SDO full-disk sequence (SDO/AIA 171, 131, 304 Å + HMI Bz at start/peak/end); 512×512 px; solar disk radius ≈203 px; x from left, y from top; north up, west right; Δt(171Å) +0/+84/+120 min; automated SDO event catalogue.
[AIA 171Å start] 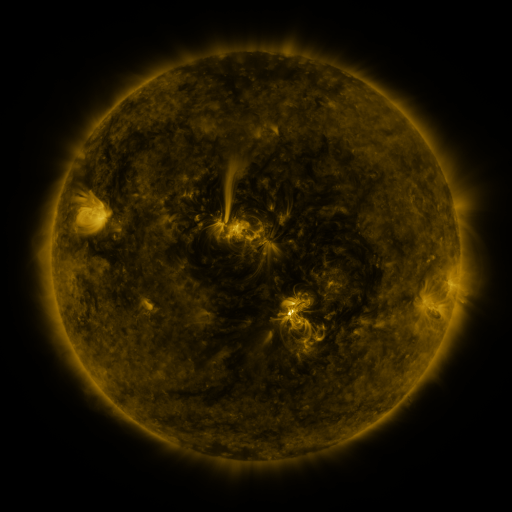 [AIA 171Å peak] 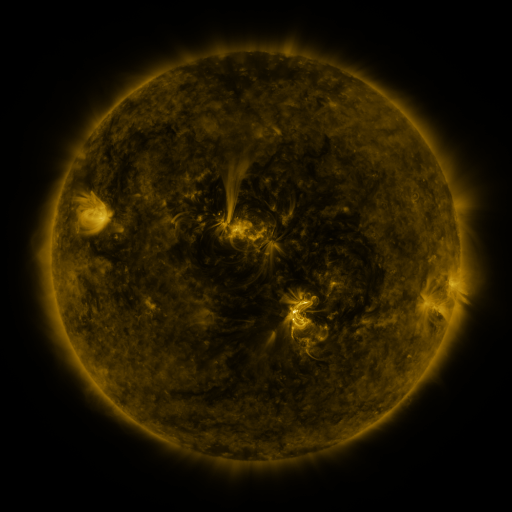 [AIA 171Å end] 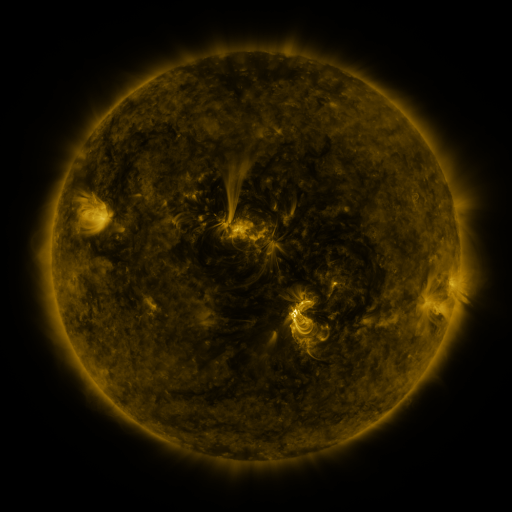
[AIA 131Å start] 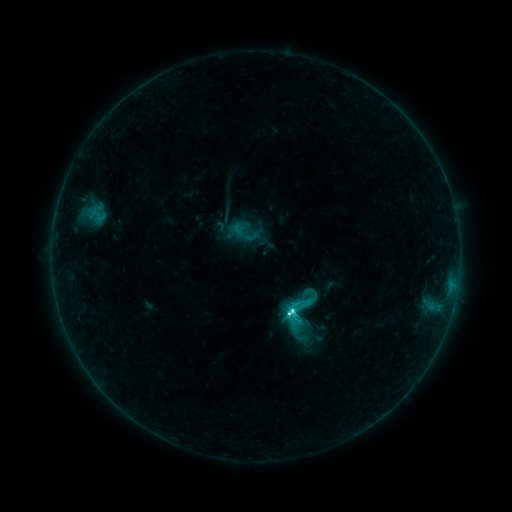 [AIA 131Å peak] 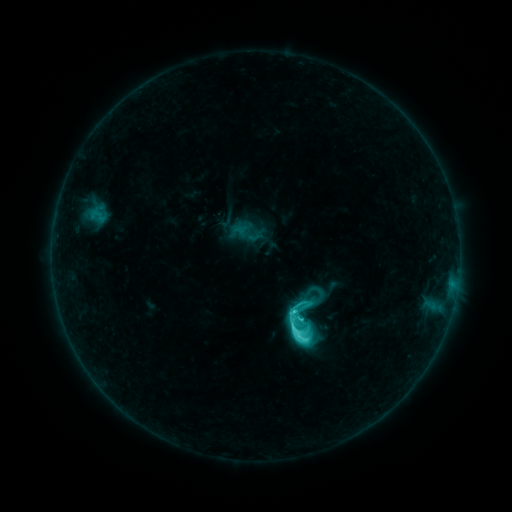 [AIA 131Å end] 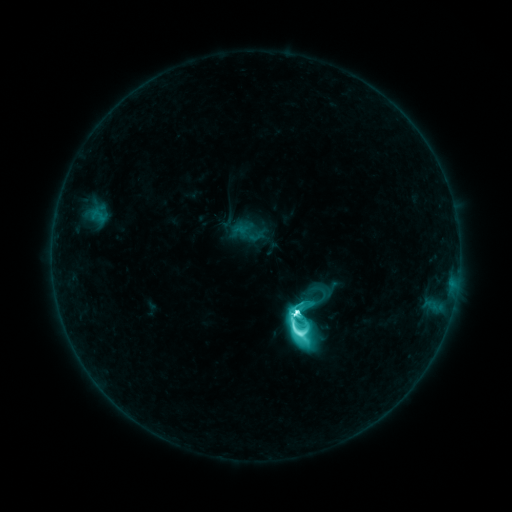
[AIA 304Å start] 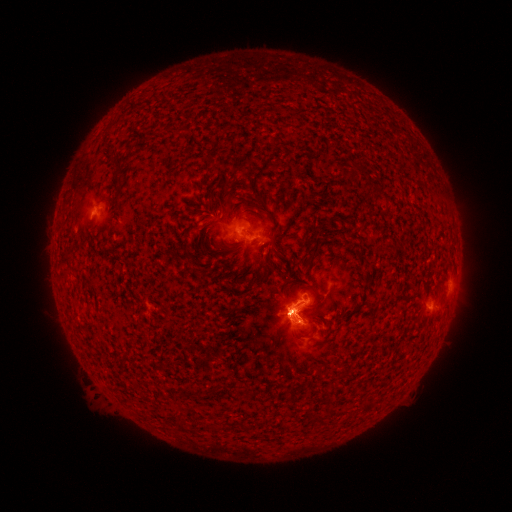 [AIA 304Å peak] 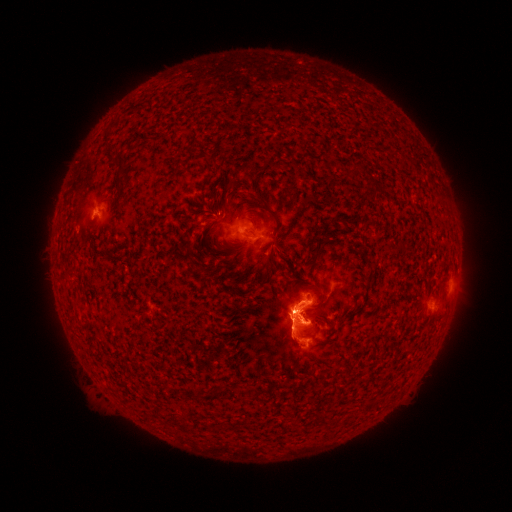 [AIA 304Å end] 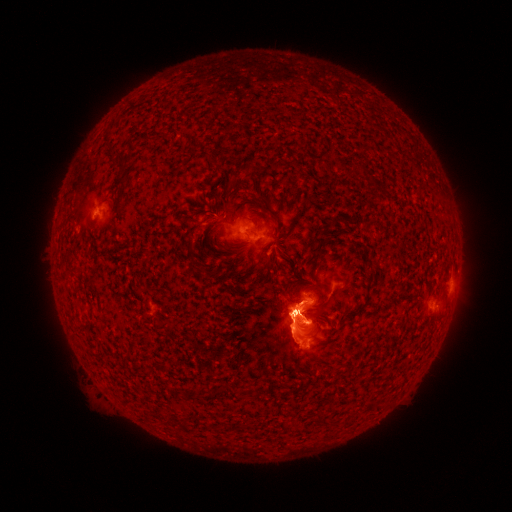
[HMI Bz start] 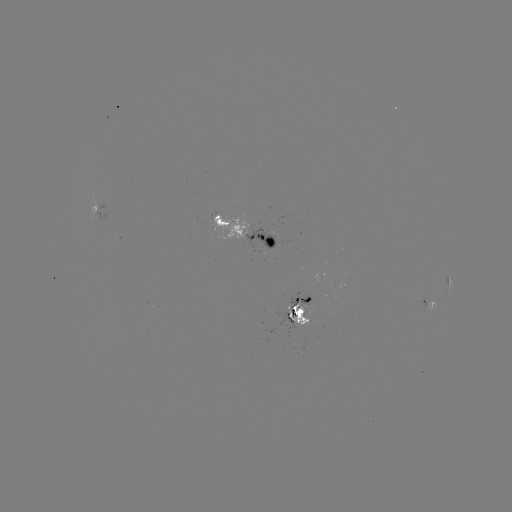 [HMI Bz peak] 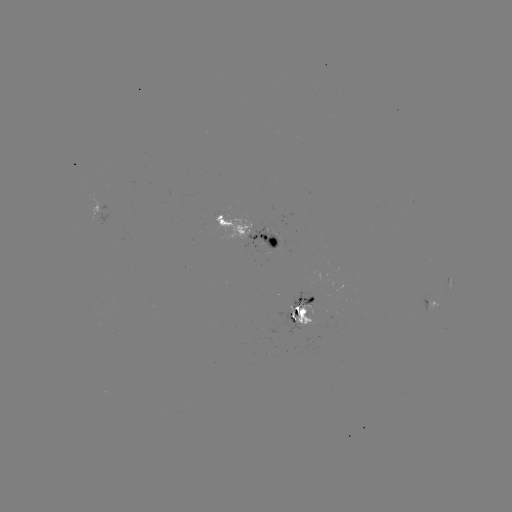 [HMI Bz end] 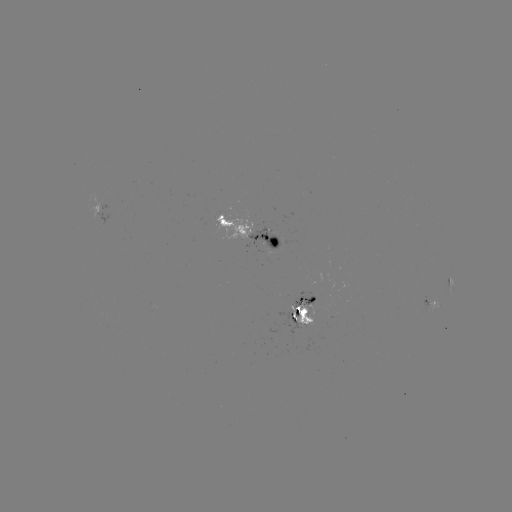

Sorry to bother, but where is emerging-flux region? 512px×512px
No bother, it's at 318,298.